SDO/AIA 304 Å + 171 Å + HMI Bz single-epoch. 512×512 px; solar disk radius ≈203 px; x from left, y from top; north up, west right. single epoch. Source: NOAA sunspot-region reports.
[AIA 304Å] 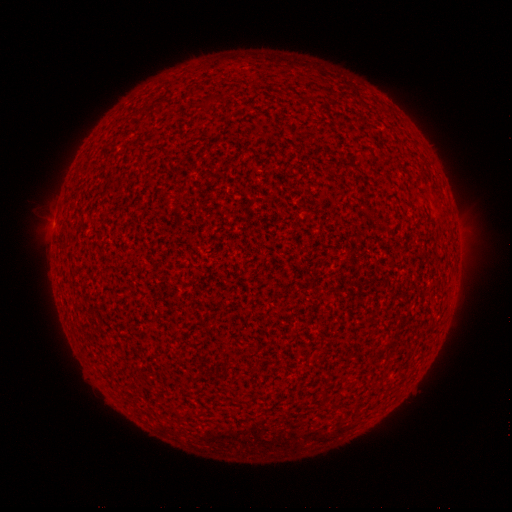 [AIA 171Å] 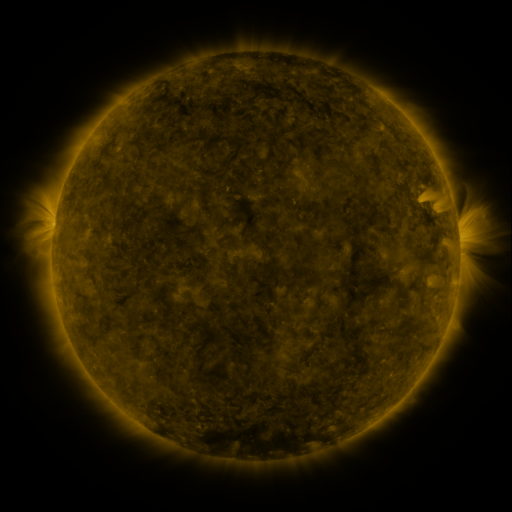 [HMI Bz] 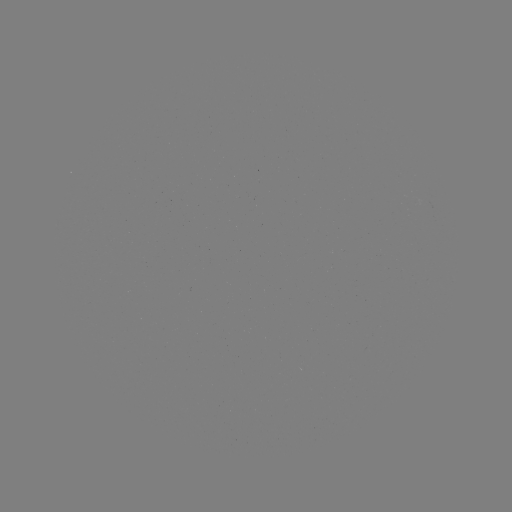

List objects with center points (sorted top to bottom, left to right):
(none)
